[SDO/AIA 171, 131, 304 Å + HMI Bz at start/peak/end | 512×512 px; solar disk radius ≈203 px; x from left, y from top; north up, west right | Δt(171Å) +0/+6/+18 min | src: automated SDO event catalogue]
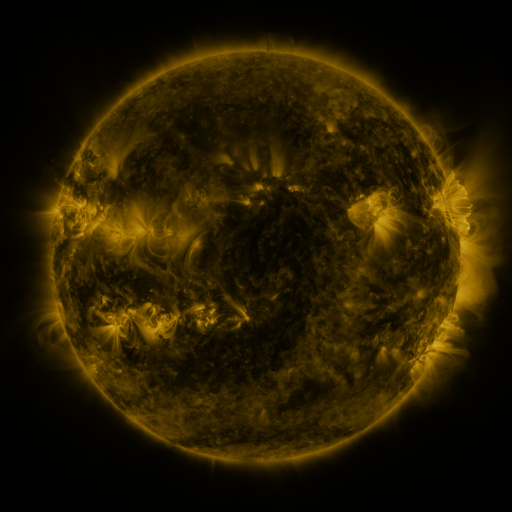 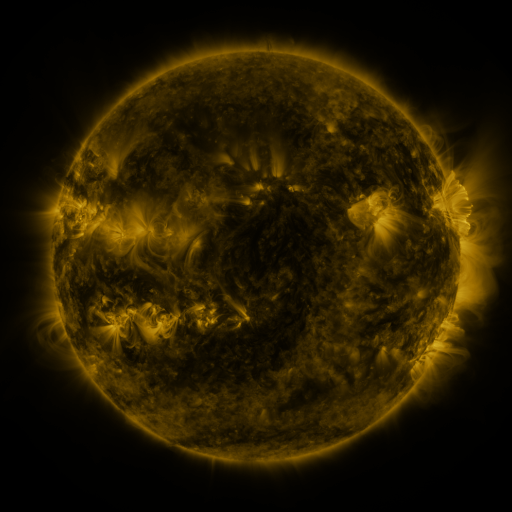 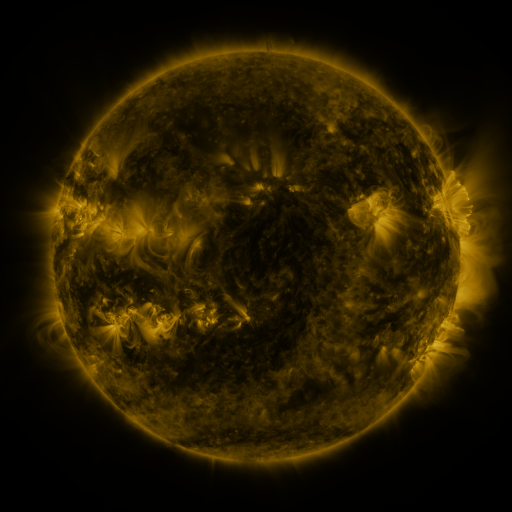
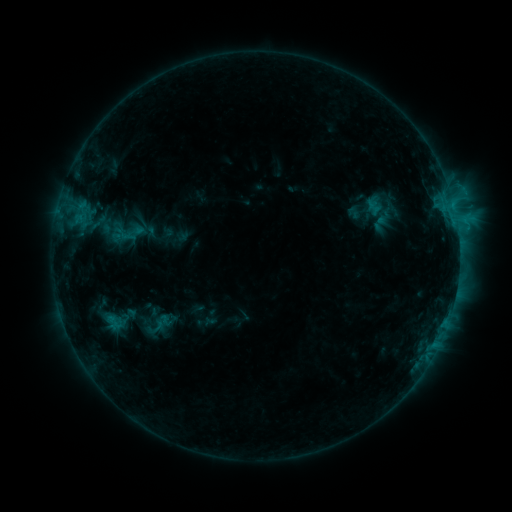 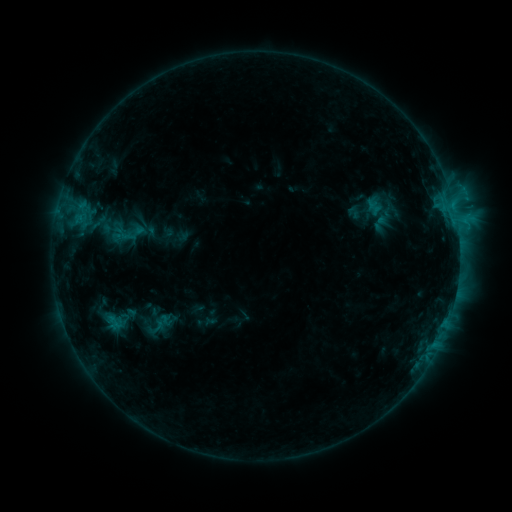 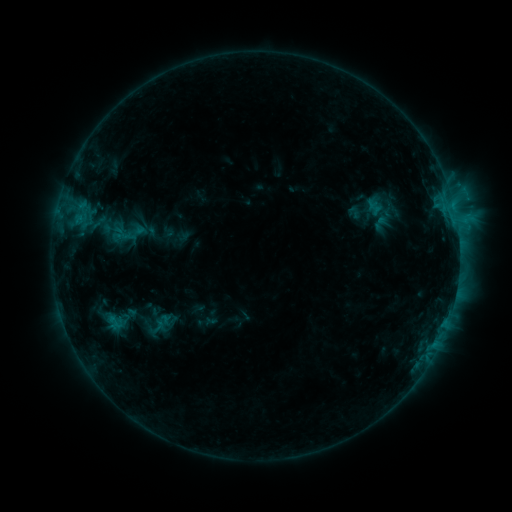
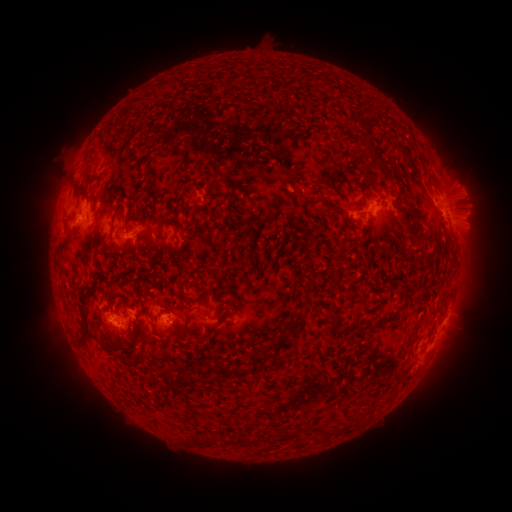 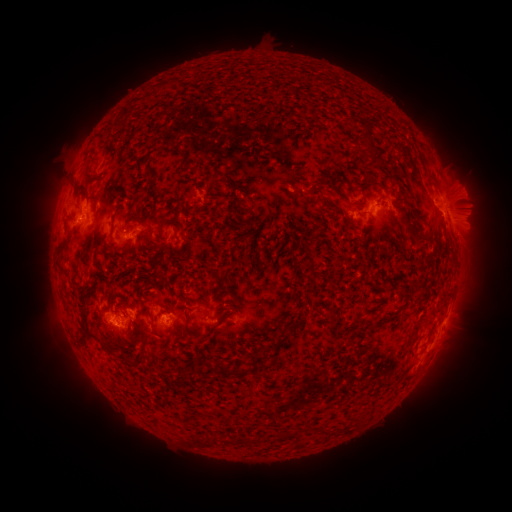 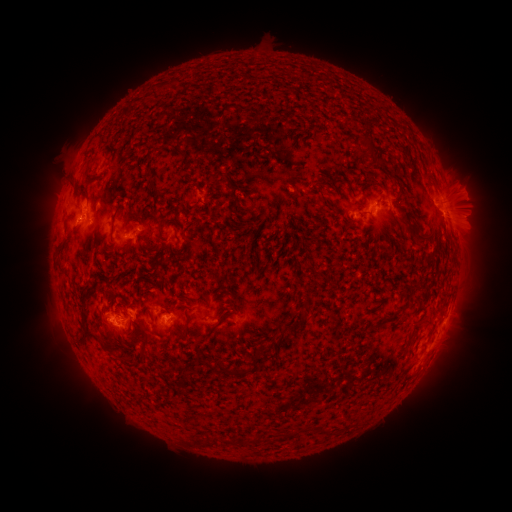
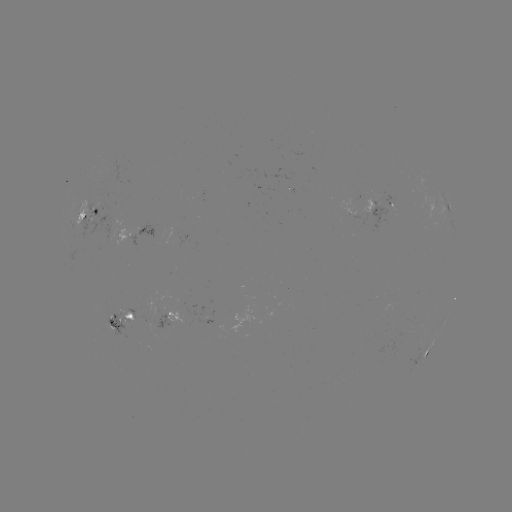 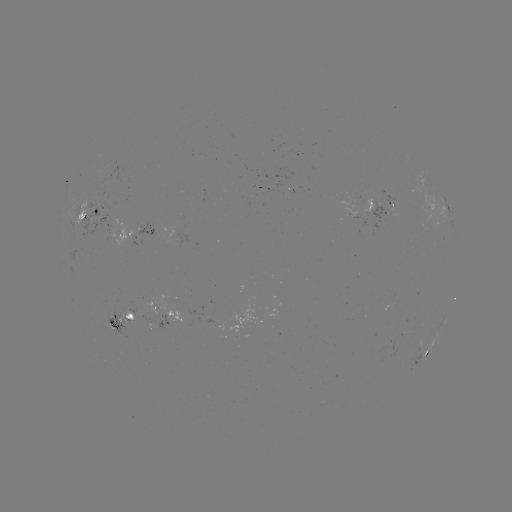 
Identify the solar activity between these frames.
no catalogued flare and no flagged EUV brightening in this window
